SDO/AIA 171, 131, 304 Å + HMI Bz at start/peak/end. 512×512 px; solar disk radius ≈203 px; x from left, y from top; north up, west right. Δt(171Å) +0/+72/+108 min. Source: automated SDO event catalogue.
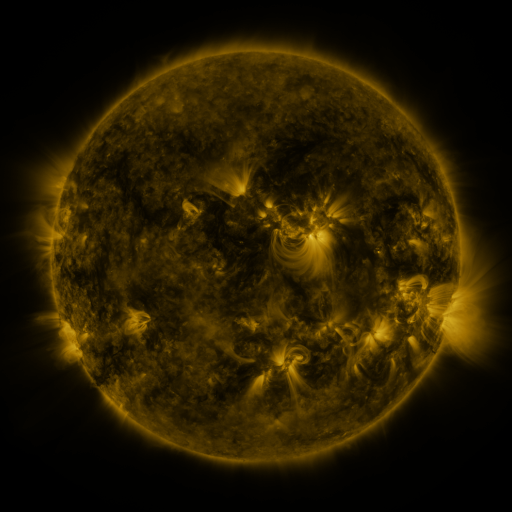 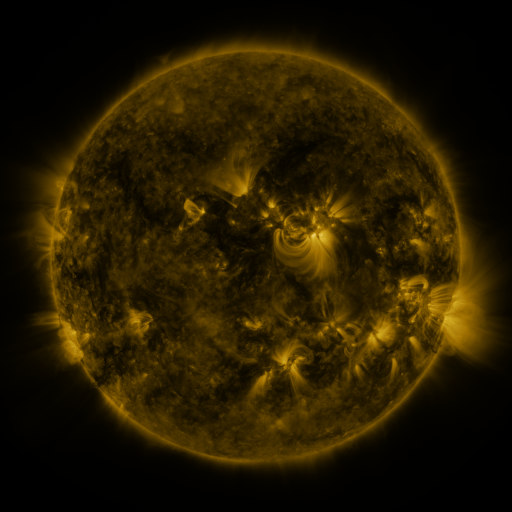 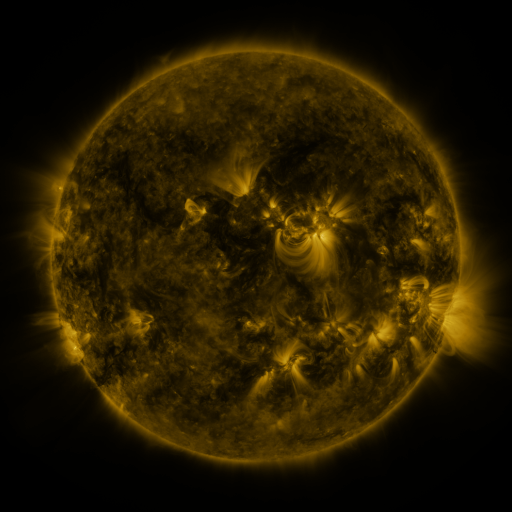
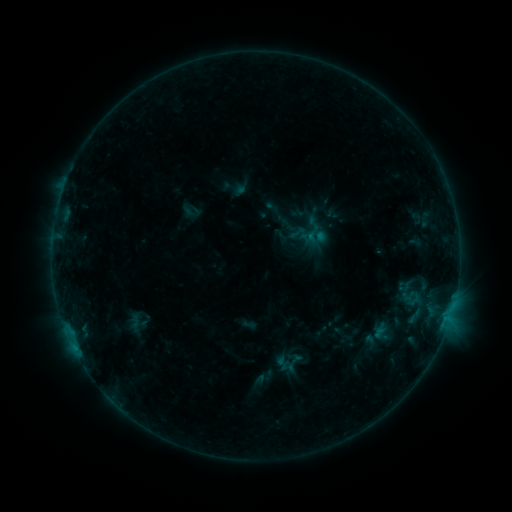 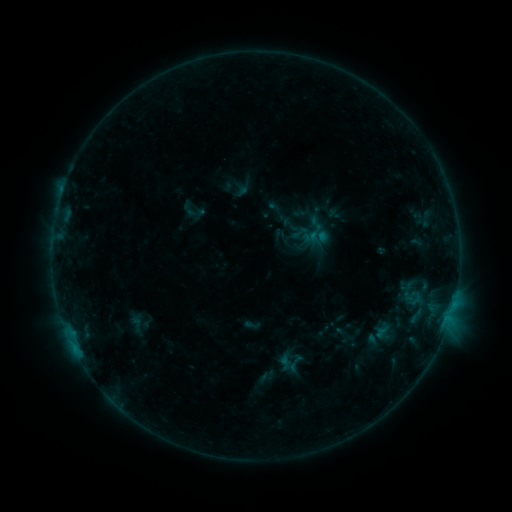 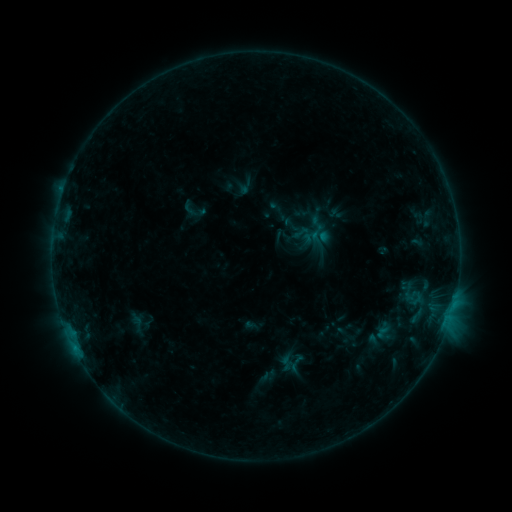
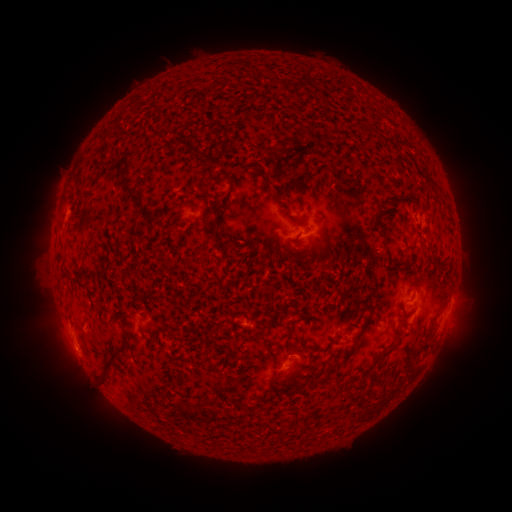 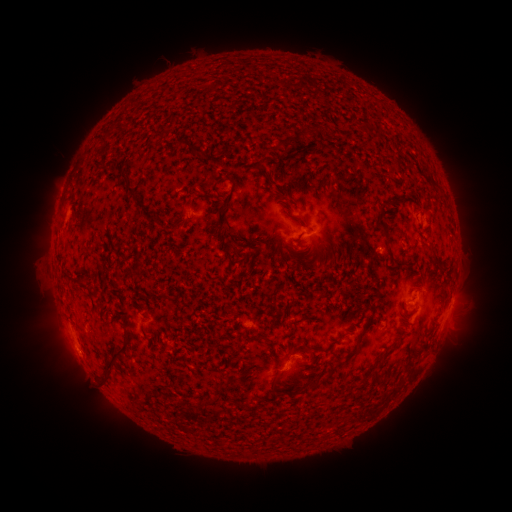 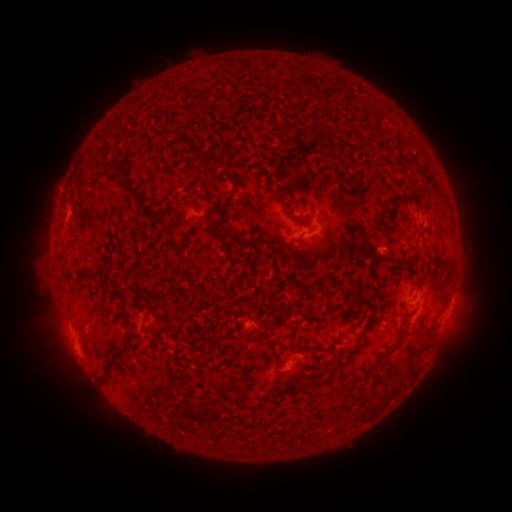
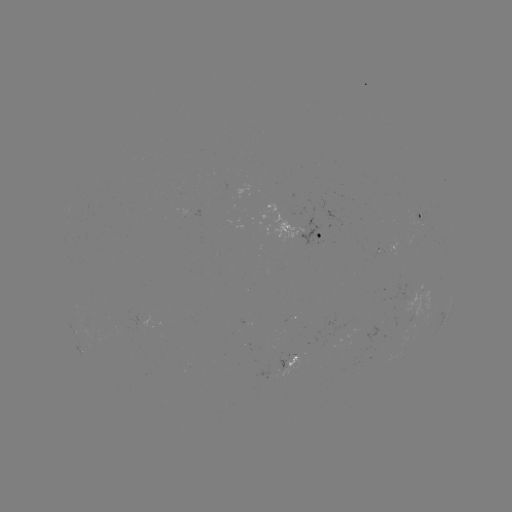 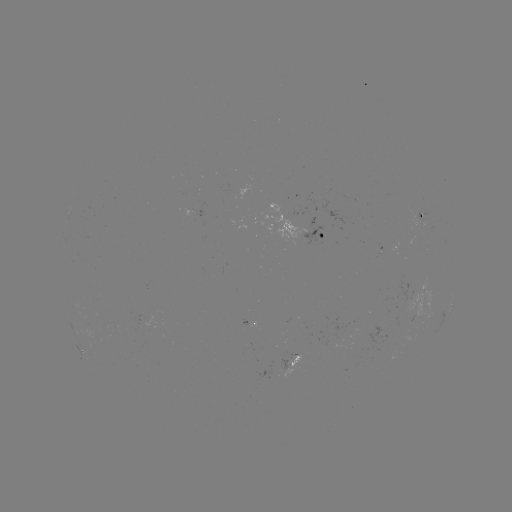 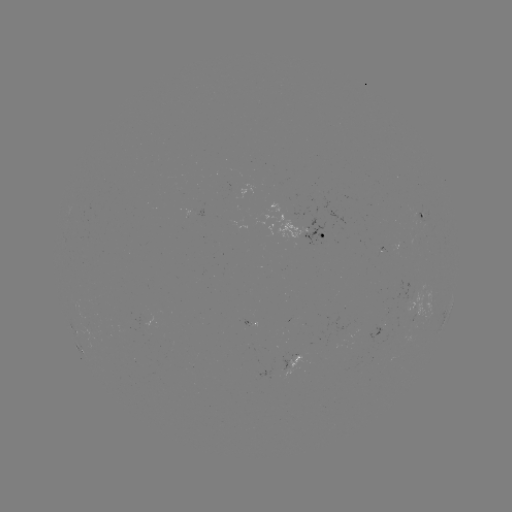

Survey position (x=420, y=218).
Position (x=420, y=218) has emerging-flux region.